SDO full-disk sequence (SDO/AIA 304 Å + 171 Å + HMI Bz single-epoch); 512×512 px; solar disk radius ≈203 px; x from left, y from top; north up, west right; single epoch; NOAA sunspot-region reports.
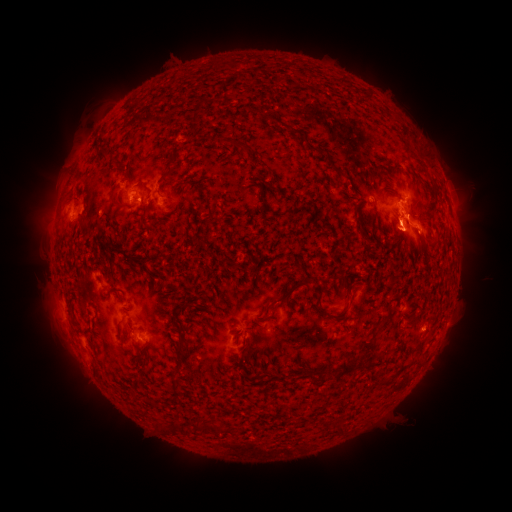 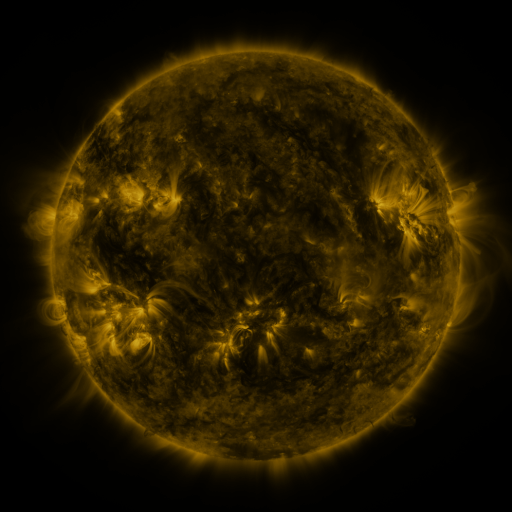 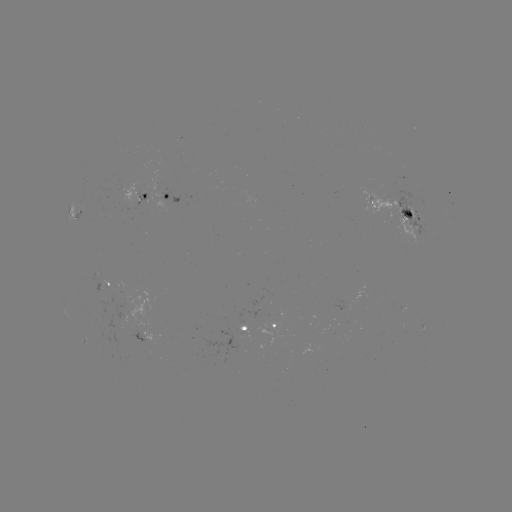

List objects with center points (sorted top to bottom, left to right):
spotted active region: (169, 198)
spotted active region: (142, 199)
spotted active region: (74, 216)
spotted active region: (400, 217)
spotted active region: (109, 288)
spotted active region: (272, 323)
spotted active region: (242, 330)
spotted active region: (146, 341)
